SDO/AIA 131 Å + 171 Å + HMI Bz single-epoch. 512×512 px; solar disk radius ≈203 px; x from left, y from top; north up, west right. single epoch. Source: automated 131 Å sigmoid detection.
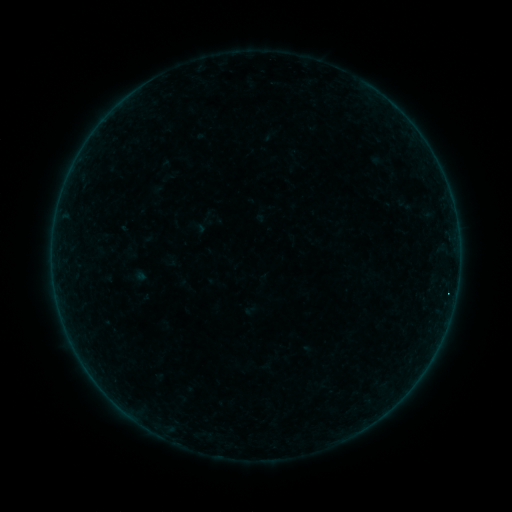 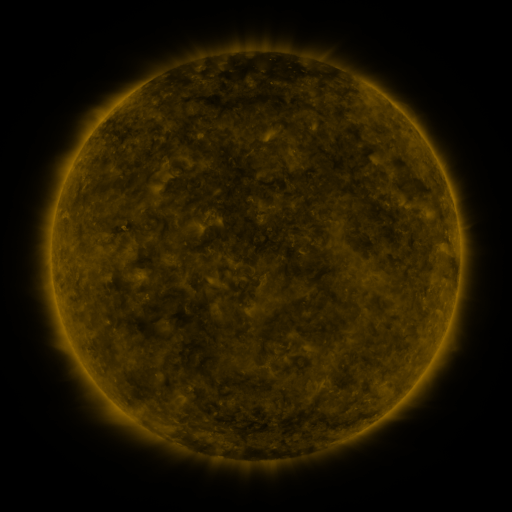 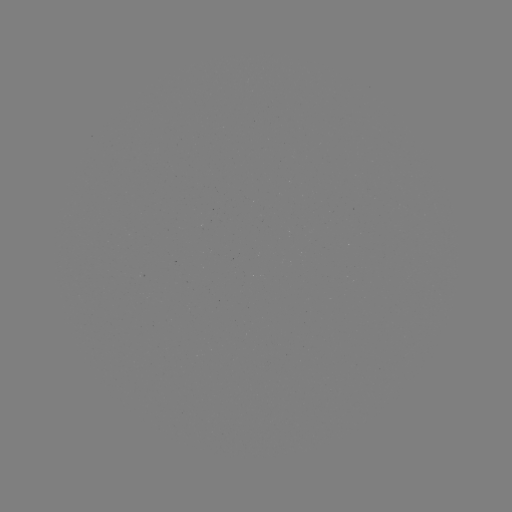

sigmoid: (199, 209, 216, 226)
